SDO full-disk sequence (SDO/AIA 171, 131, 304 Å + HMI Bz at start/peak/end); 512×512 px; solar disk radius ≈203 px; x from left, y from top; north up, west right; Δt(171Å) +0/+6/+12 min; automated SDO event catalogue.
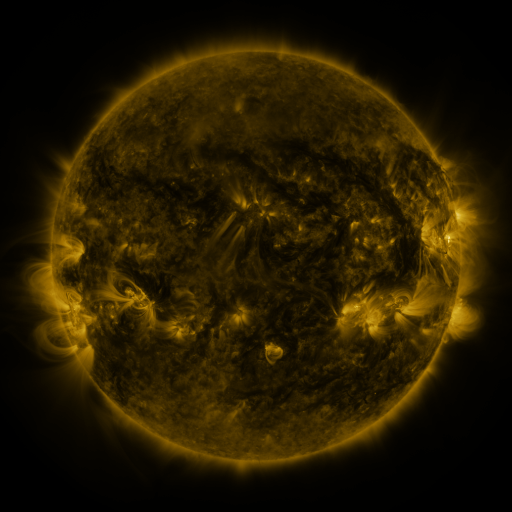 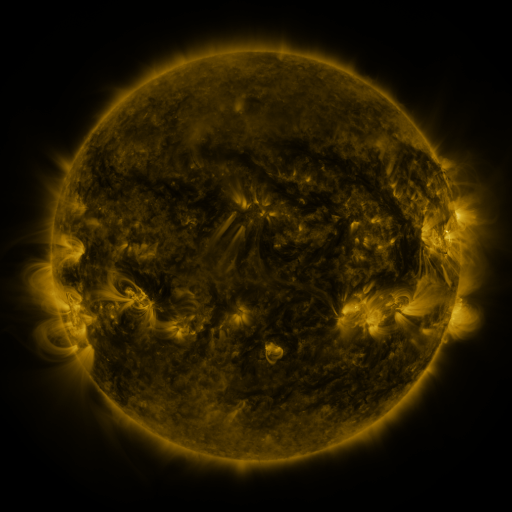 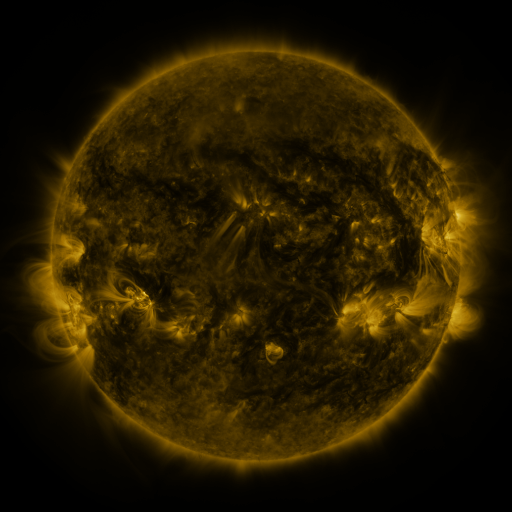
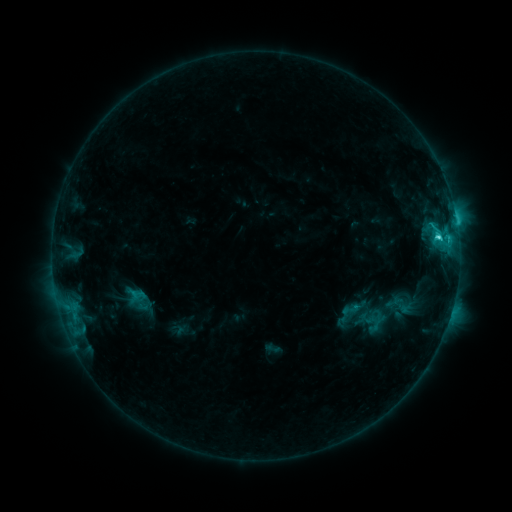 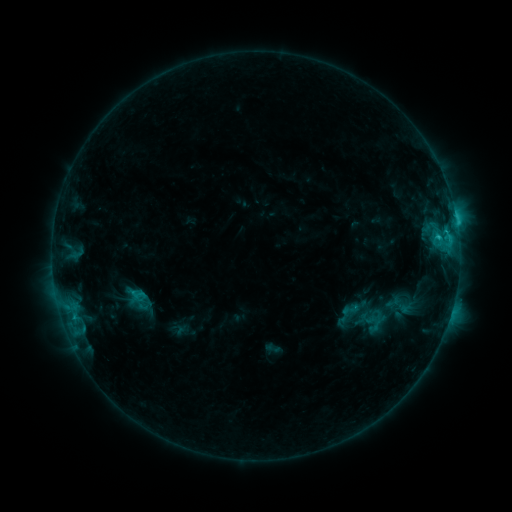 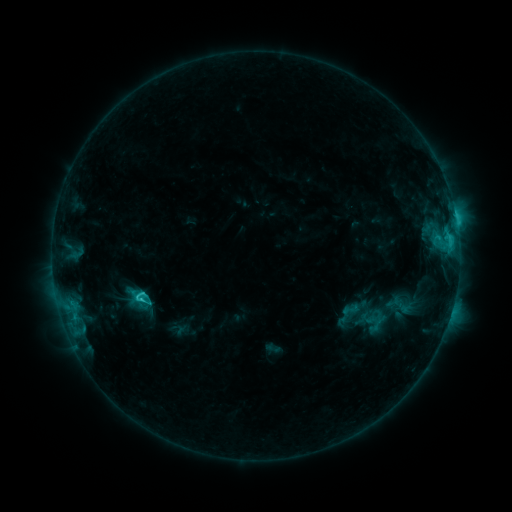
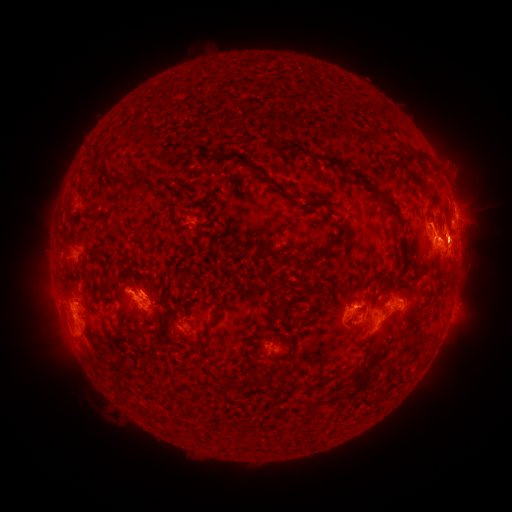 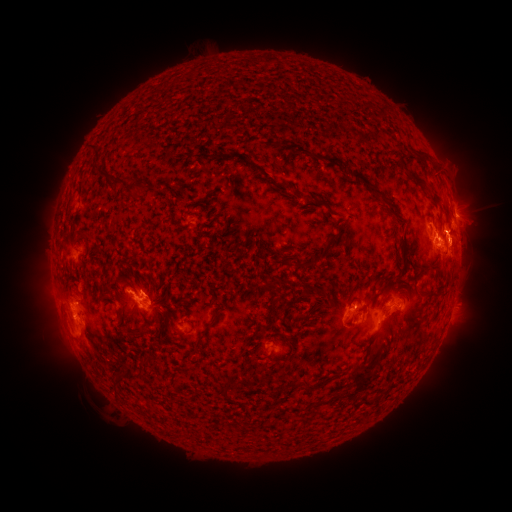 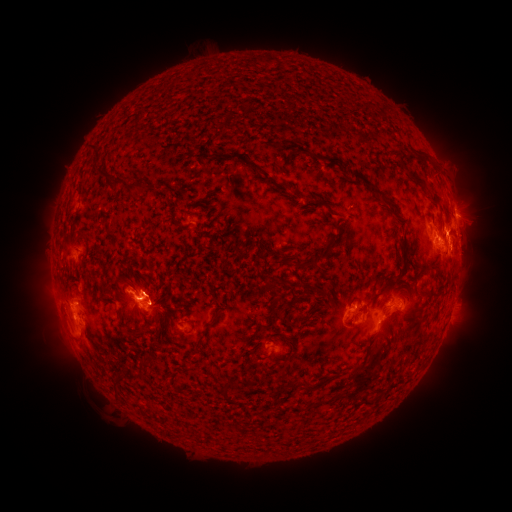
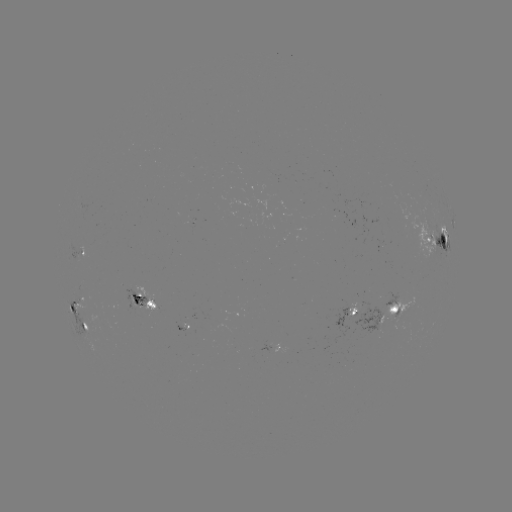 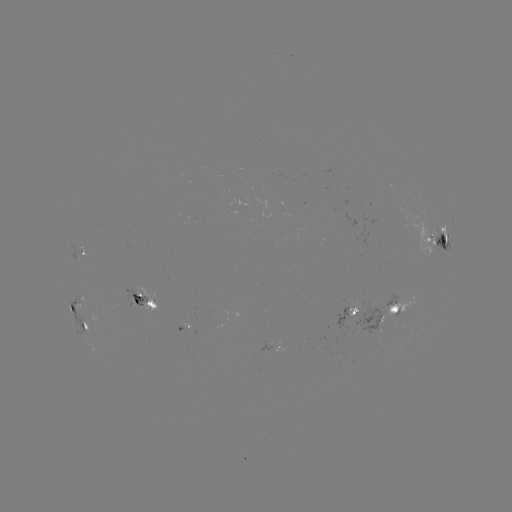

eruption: <bbox>445, 211, 487, 274</bbox>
